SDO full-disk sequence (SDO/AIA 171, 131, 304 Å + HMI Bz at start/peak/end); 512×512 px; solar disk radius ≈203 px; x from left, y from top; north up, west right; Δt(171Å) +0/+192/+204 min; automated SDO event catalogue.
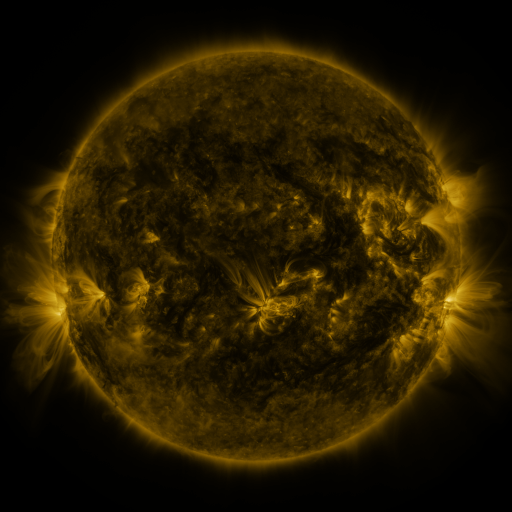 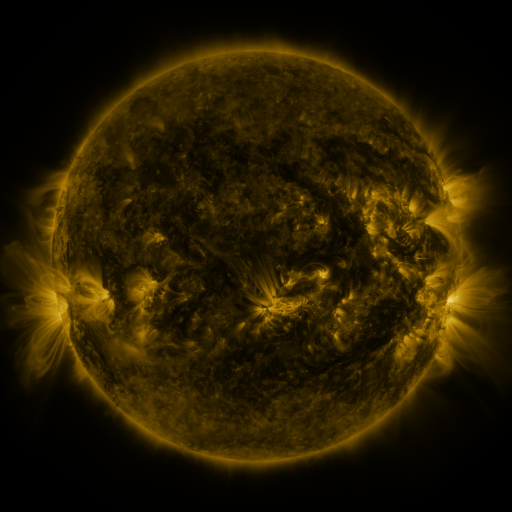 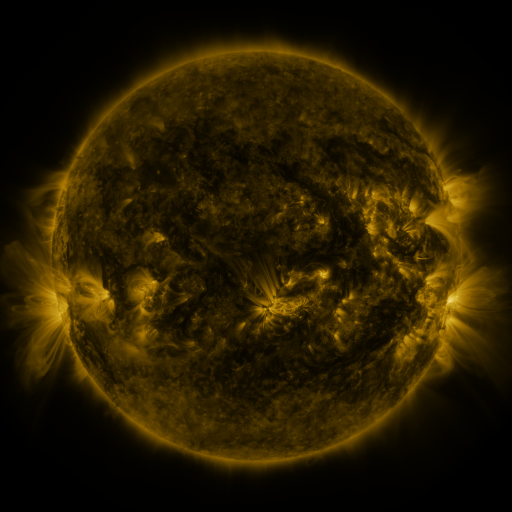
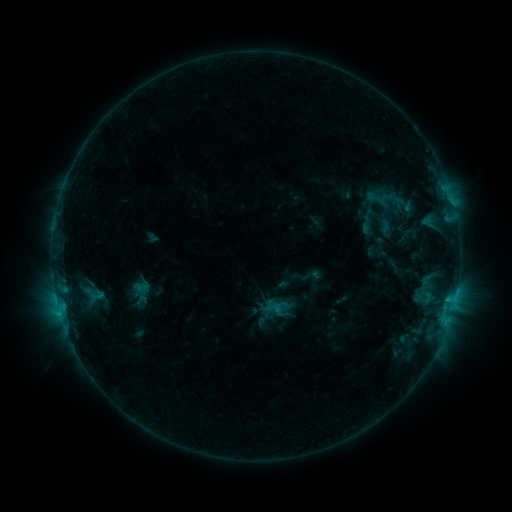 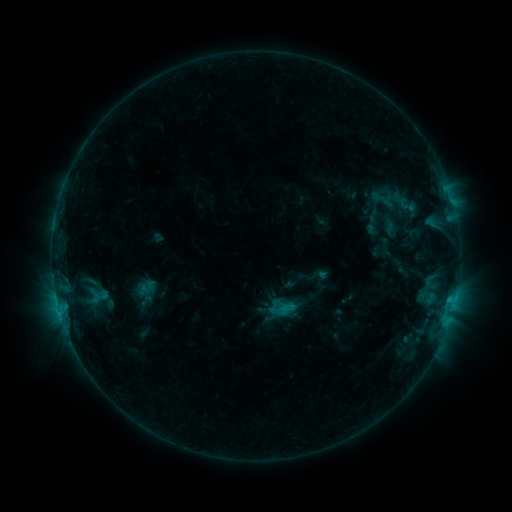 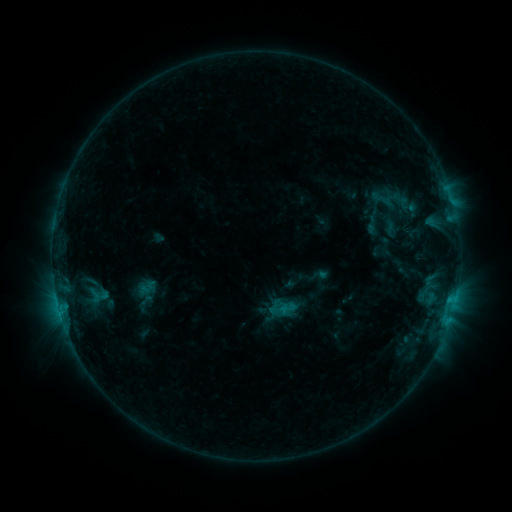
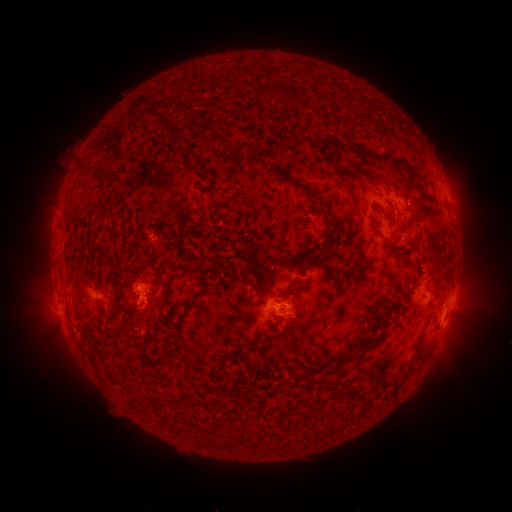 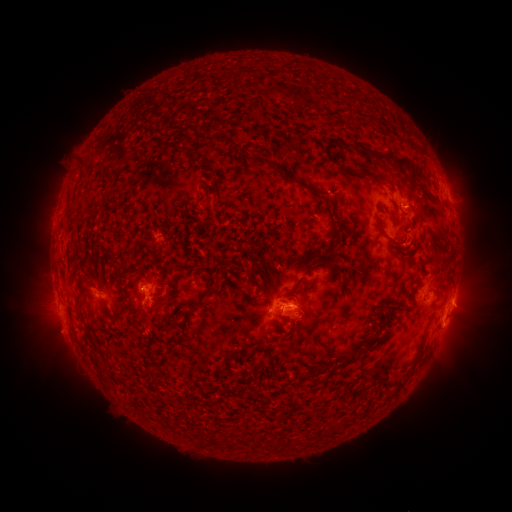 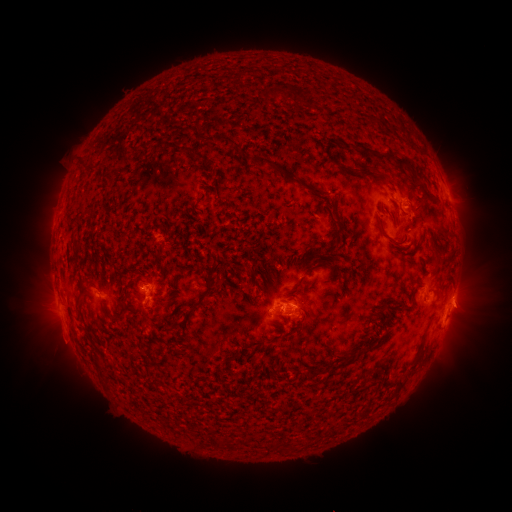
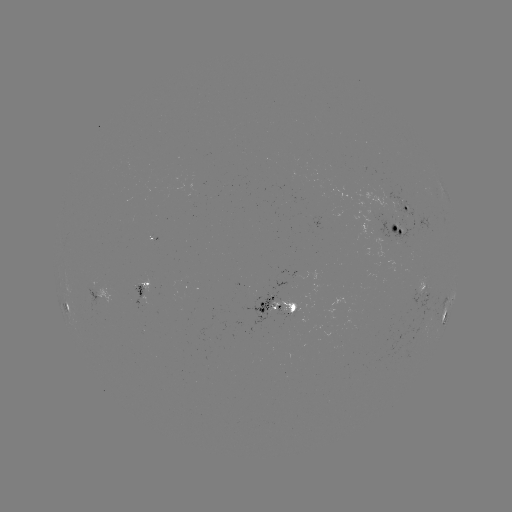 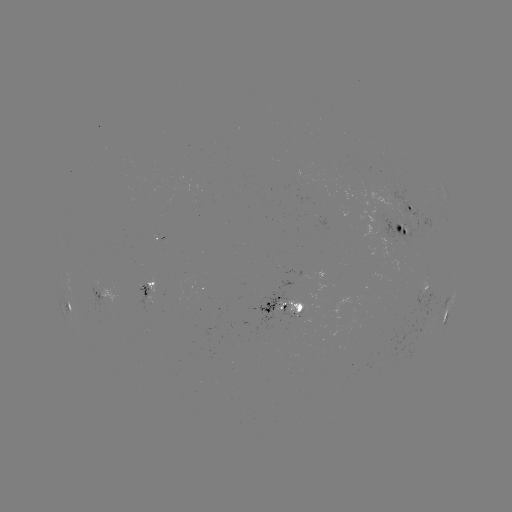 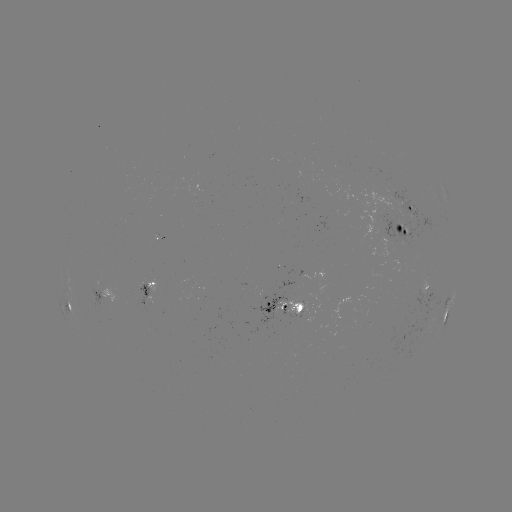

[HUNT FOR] emerging-flux region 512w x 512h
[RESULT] [298, 311]